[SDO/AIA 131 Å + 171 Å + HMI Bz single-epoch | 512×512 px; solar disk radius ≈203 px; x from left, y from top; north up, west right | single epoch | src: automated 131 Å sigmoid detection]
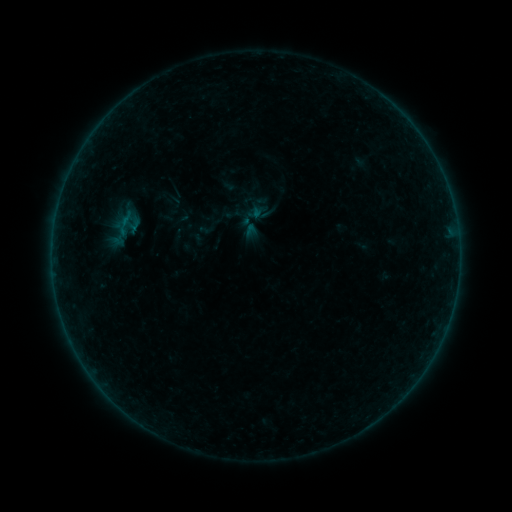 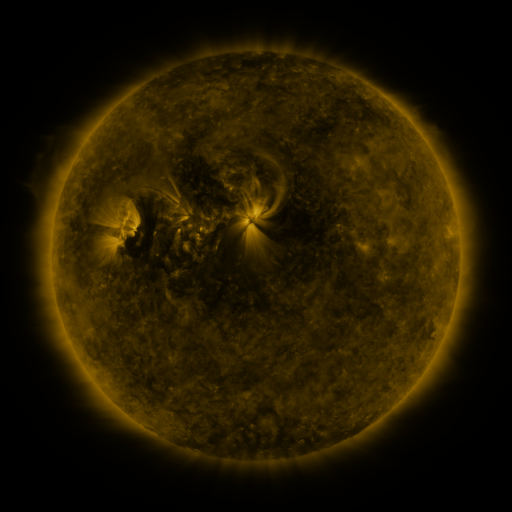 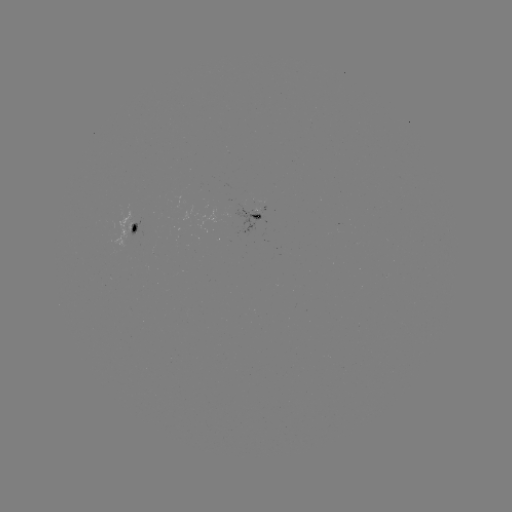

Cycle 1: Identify sigmoid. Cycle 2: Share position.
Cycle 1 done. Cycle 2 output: (249, 228).